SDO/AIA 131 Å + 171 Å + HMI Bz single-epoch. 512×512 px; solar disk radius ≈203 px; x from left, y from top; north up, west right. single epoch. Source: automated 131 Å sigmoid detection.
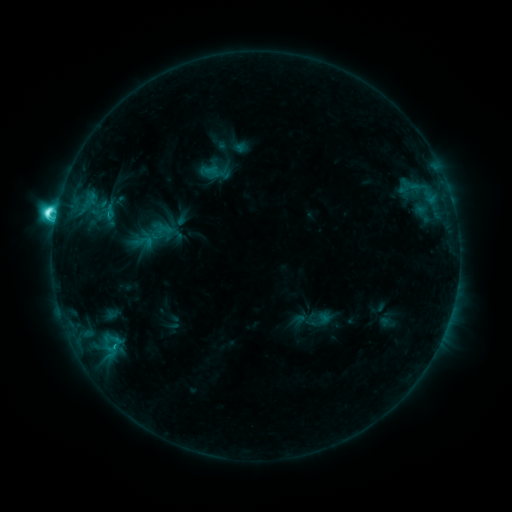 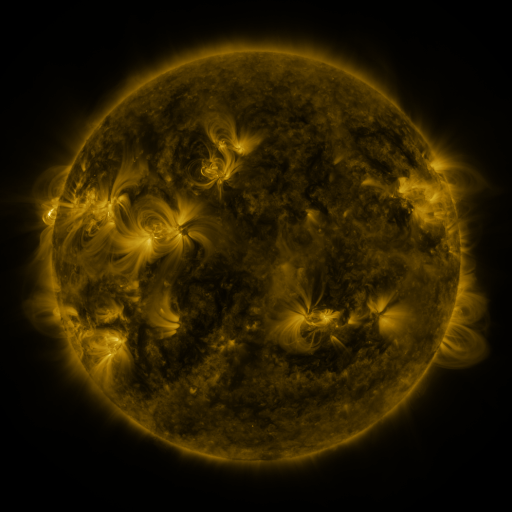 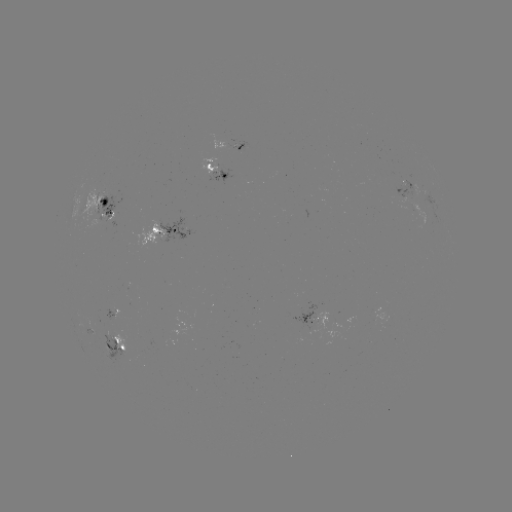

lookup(sigmoid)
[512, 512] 143,241